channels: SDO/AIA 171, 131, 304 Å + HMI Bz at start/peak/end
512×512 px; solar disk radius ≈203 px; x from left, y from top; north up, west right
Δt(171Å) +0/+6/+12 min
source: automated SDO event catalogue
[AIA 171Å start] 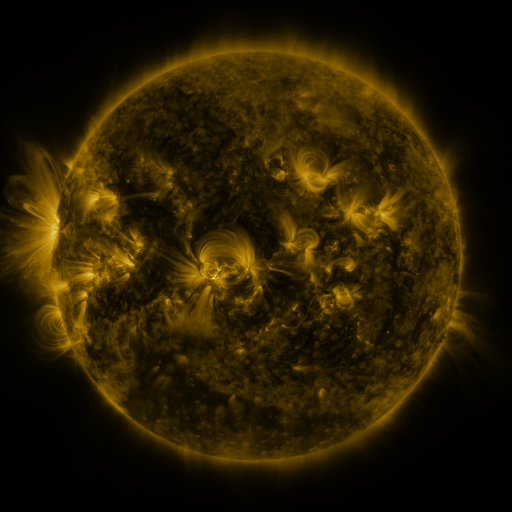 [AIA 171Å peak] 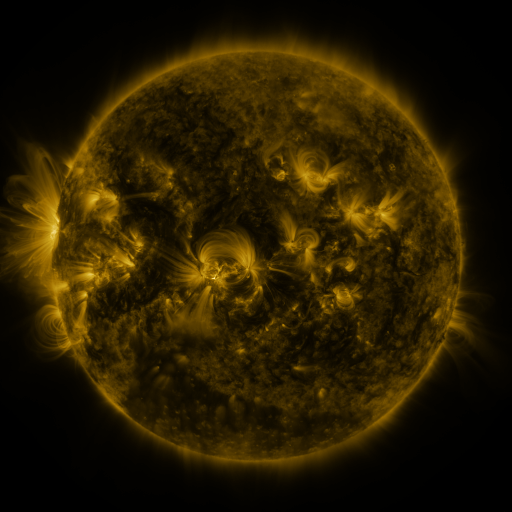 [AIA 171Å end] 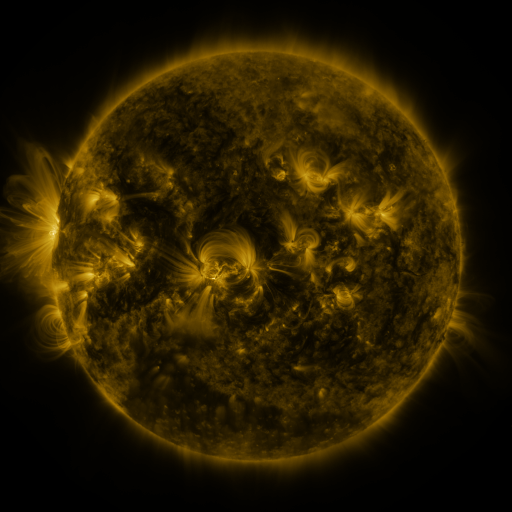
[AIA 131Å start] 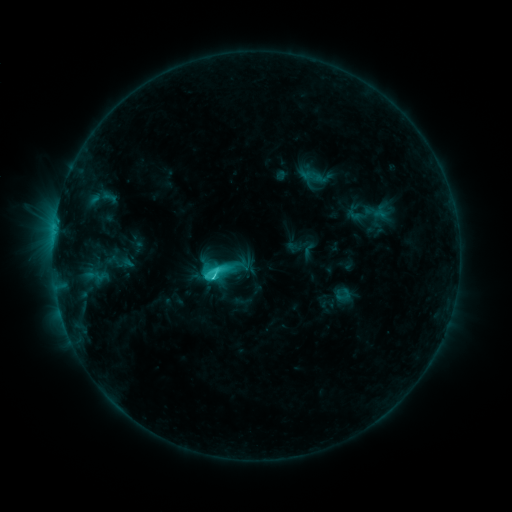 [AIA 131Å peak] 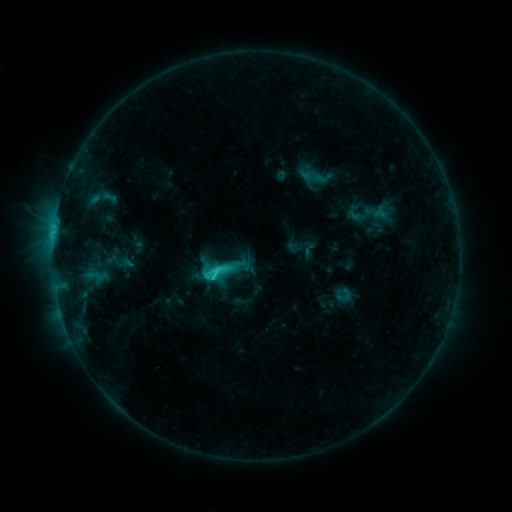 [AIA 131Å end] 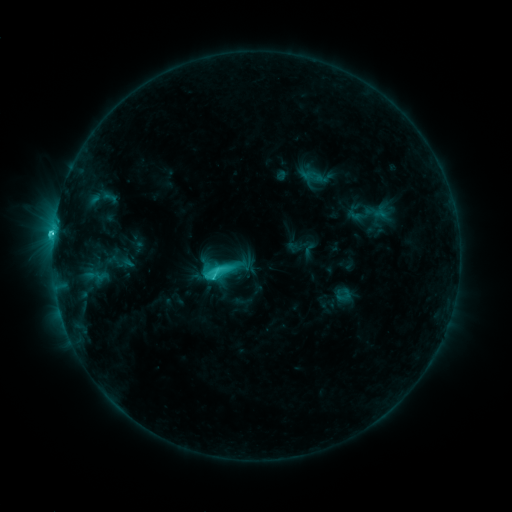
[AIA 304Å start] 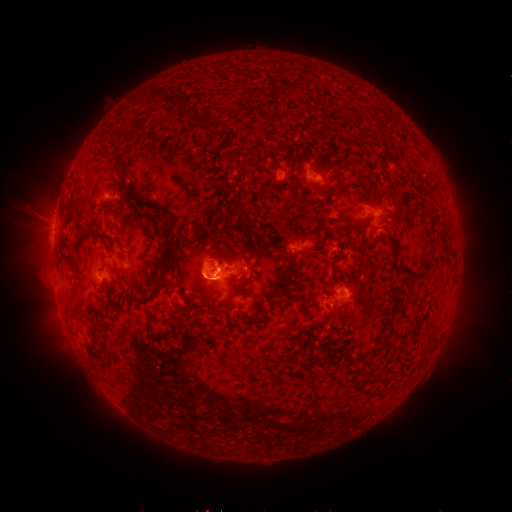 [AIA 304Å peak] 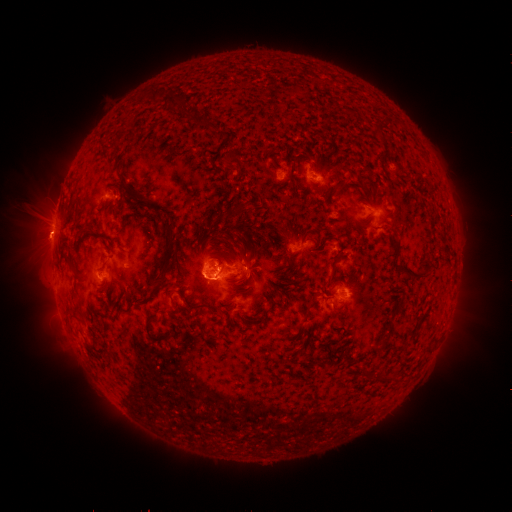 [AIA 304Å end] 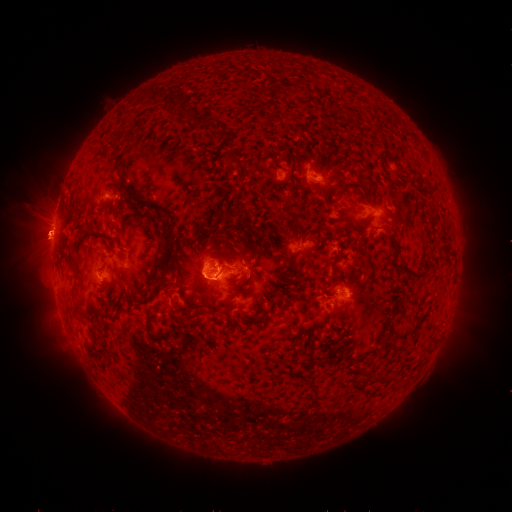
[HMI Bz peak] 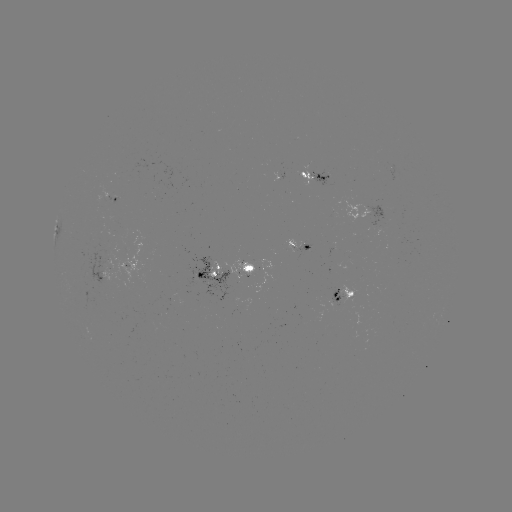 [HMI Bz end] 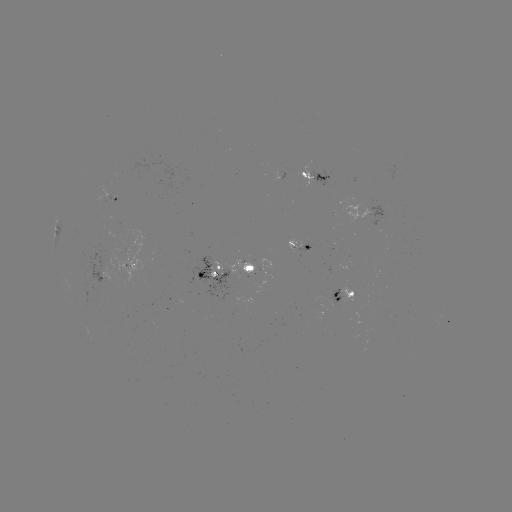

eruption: (8, 209, 96, 266)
